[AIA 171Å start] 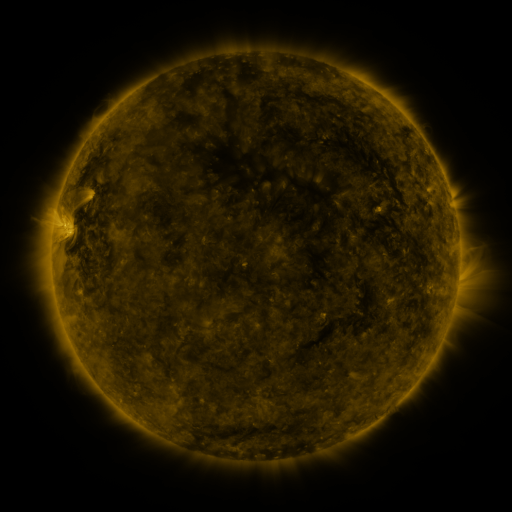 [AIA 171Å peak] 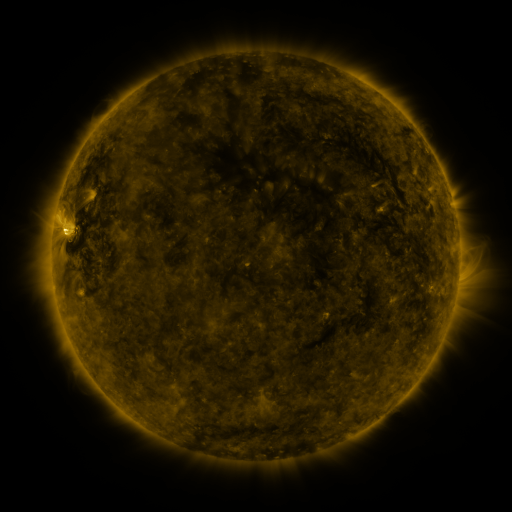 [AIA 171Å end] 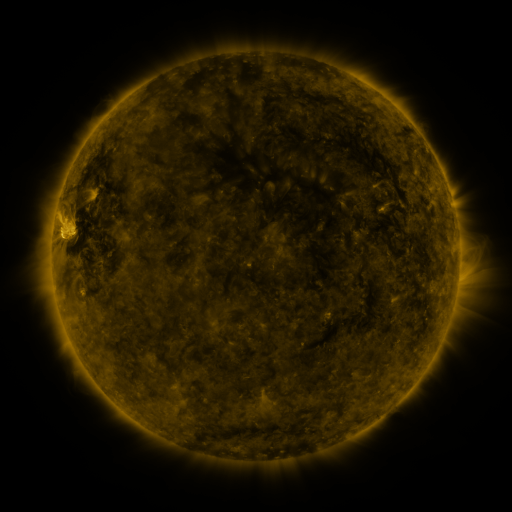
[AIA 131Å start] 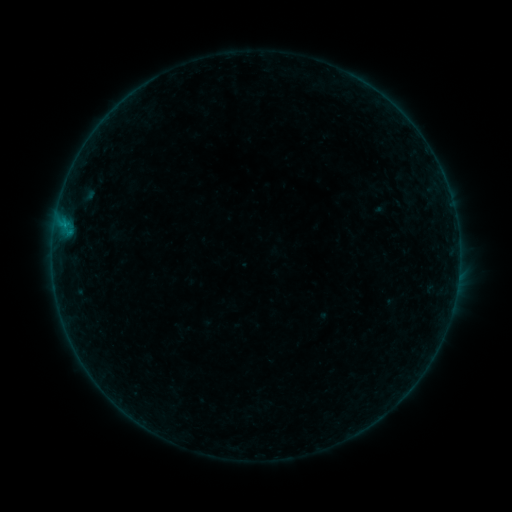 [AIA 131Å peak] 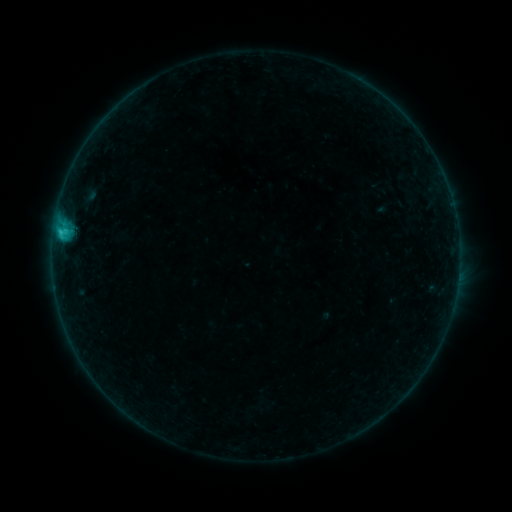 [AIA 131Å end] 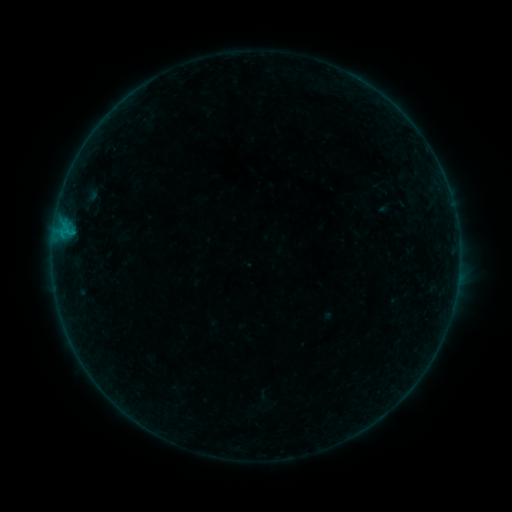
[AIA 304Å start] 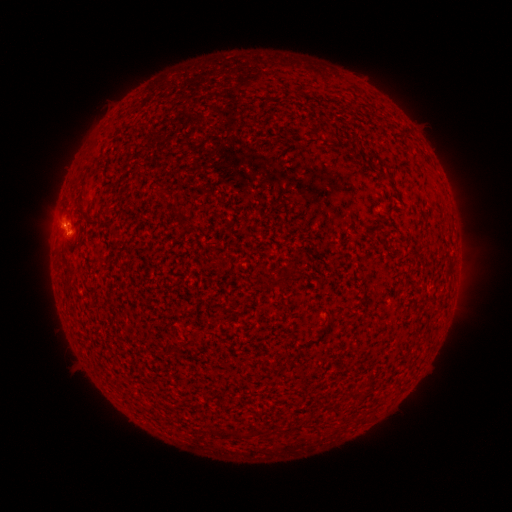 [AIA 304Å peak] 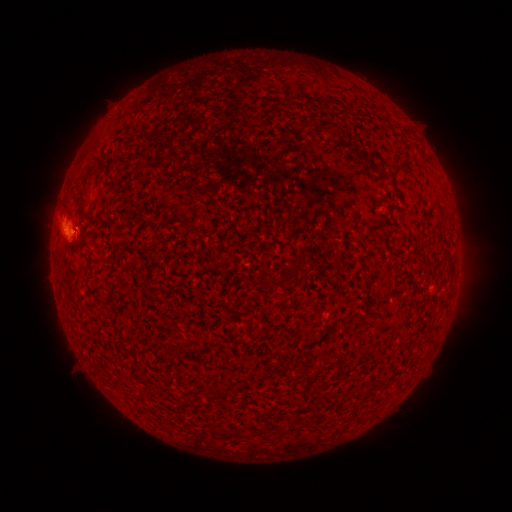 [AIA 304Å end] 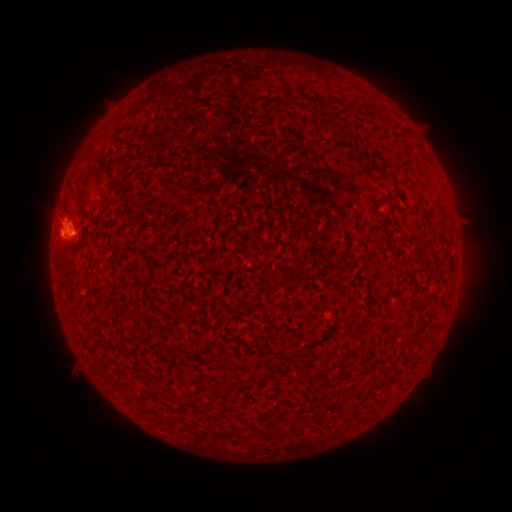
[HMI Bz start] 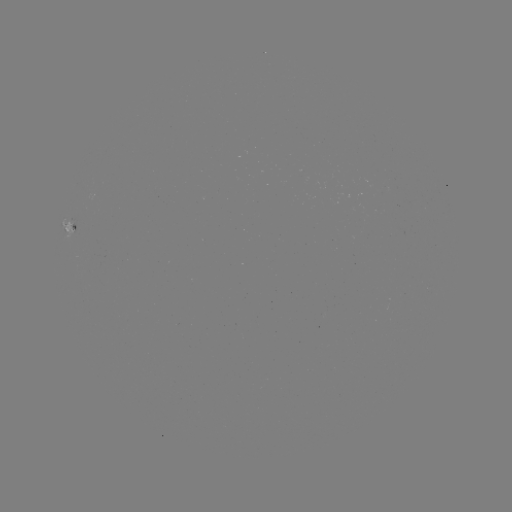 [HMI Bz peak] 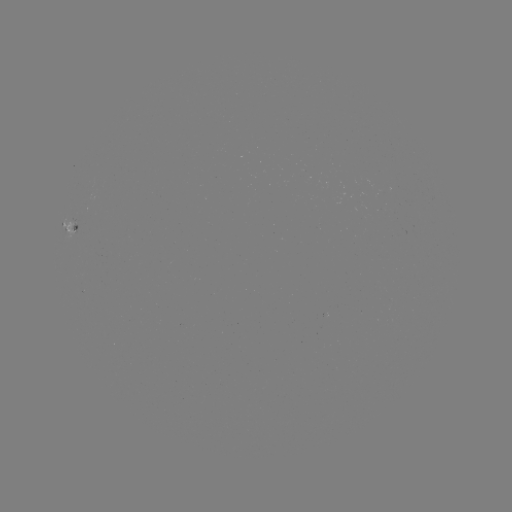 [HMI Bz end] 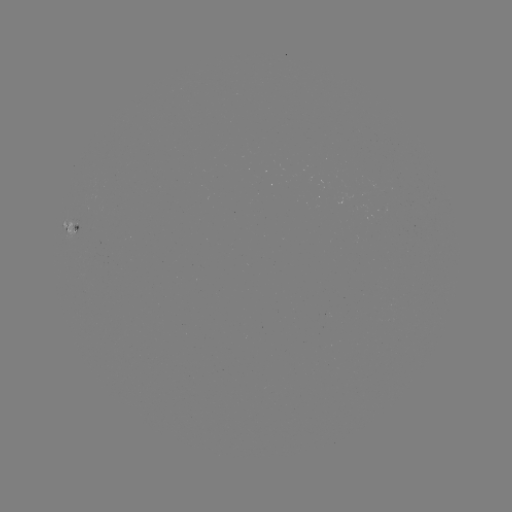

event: flare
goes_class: C1.1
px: (63, 234)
